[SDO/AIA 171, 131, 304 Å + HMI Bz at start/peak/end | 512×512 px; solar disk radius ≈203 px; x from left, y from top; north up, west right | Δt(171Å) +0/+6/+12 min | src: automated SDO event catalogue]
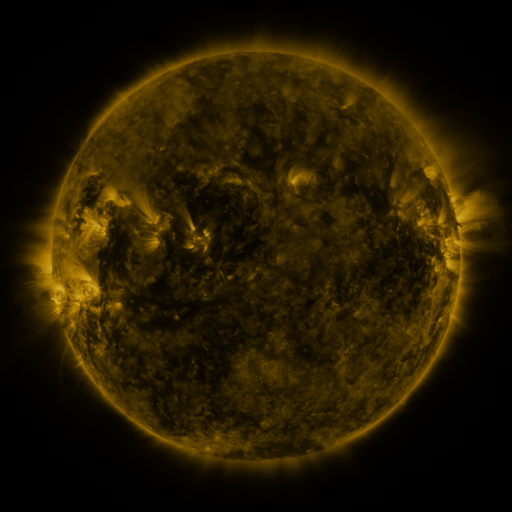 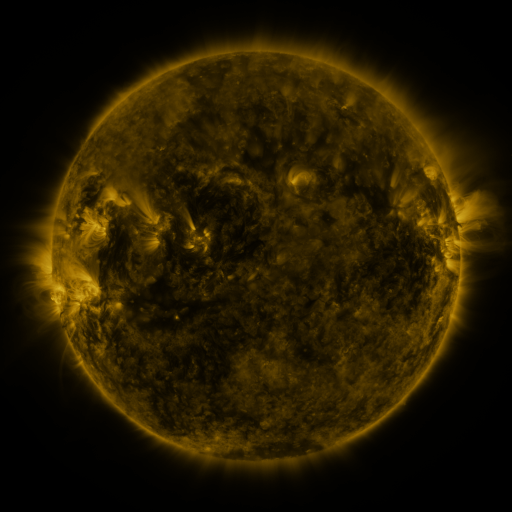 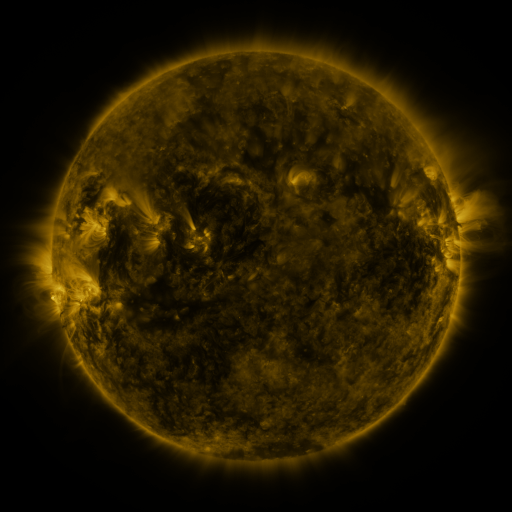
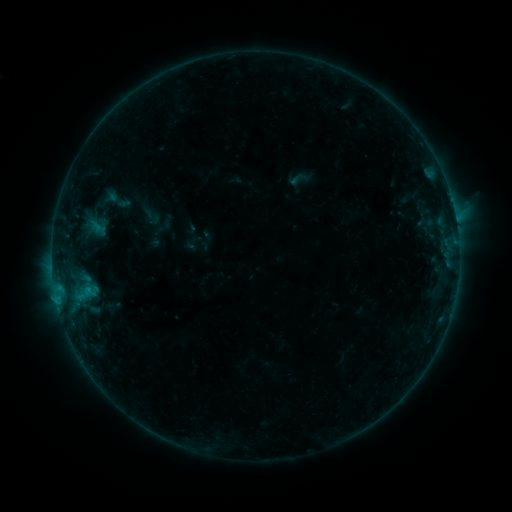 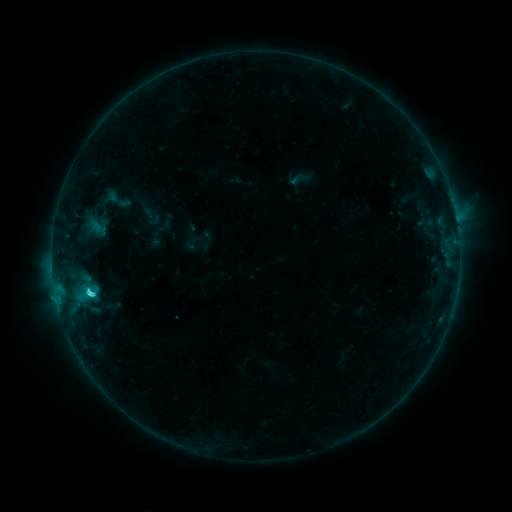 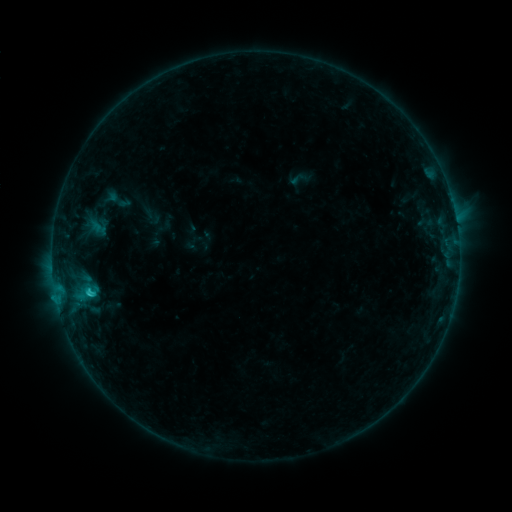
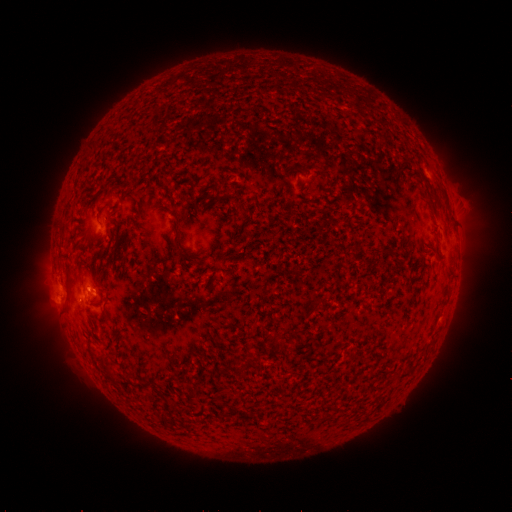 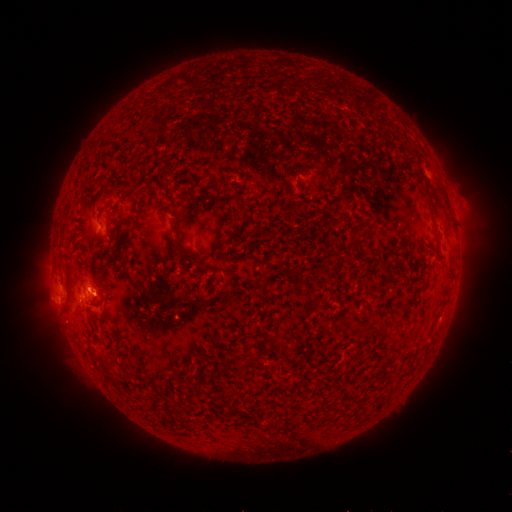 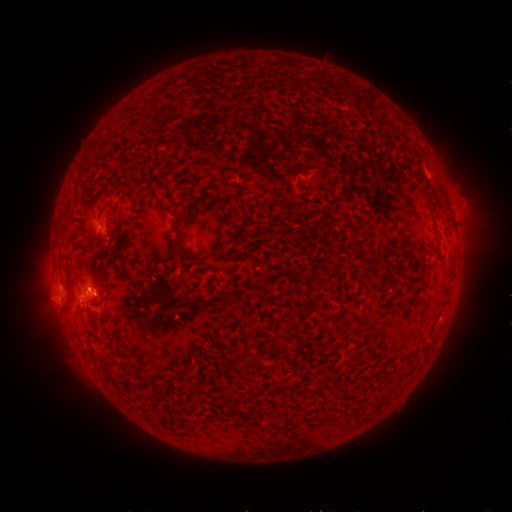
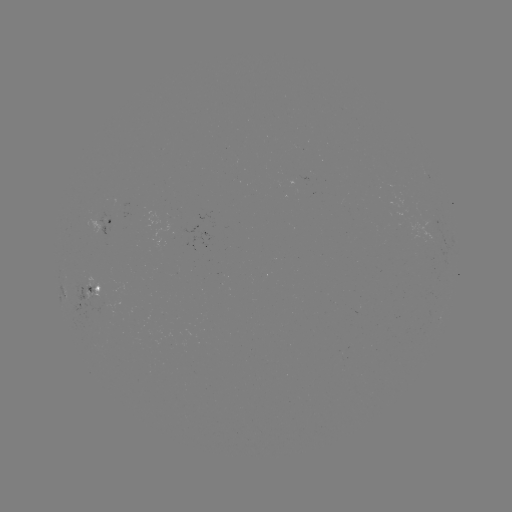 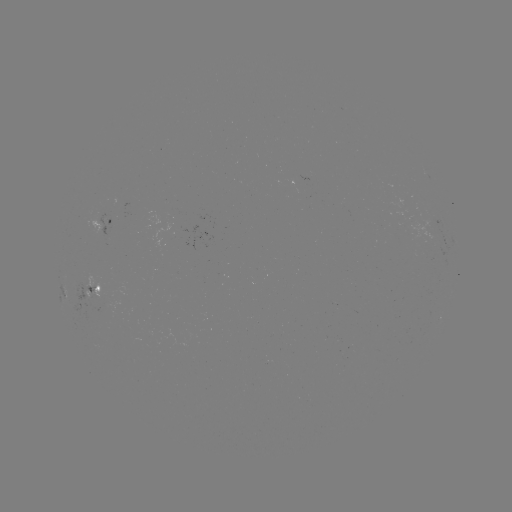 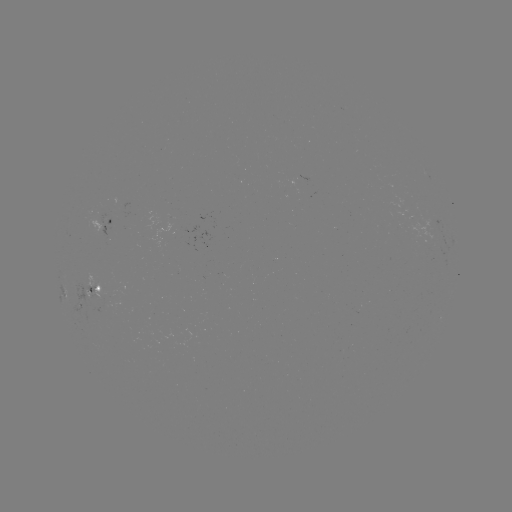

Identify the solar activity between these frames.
C1.9 flare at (91, 292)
